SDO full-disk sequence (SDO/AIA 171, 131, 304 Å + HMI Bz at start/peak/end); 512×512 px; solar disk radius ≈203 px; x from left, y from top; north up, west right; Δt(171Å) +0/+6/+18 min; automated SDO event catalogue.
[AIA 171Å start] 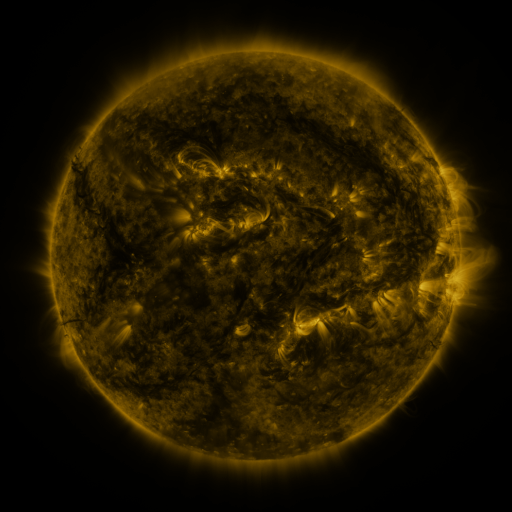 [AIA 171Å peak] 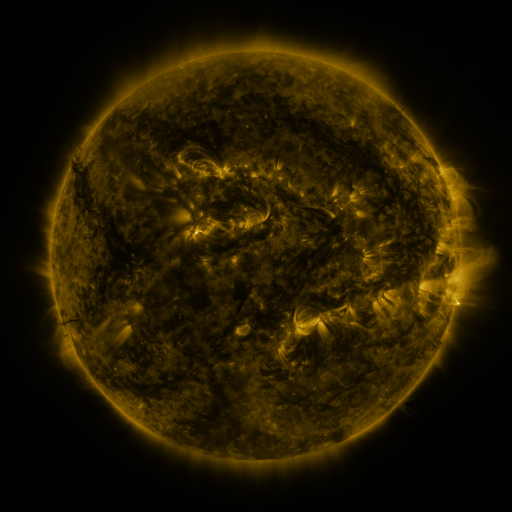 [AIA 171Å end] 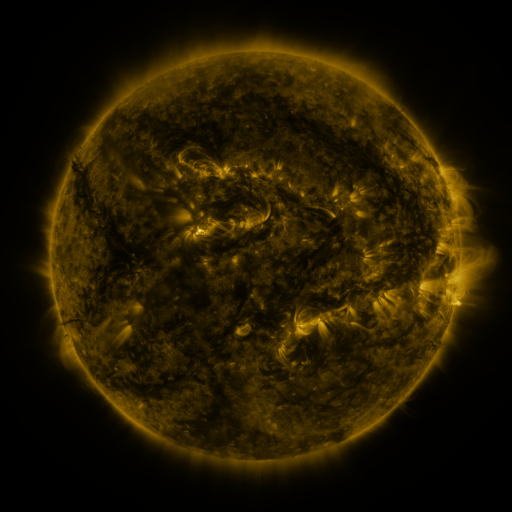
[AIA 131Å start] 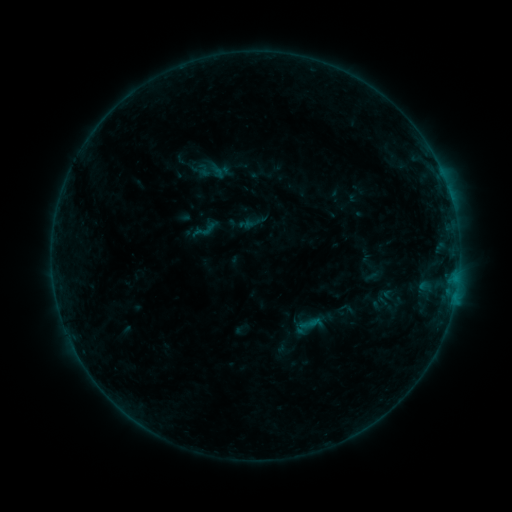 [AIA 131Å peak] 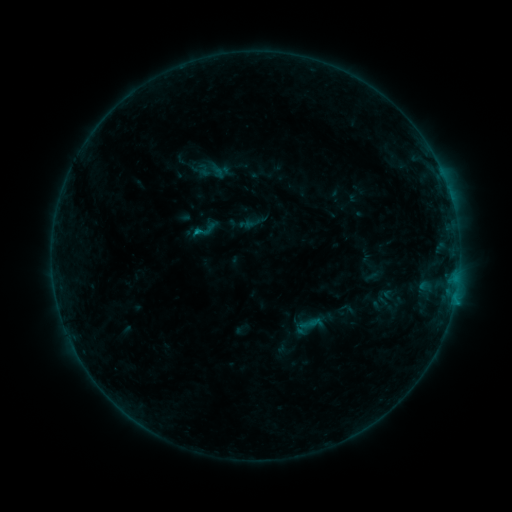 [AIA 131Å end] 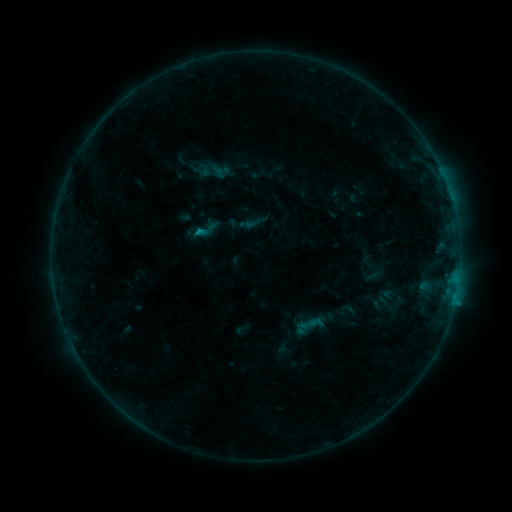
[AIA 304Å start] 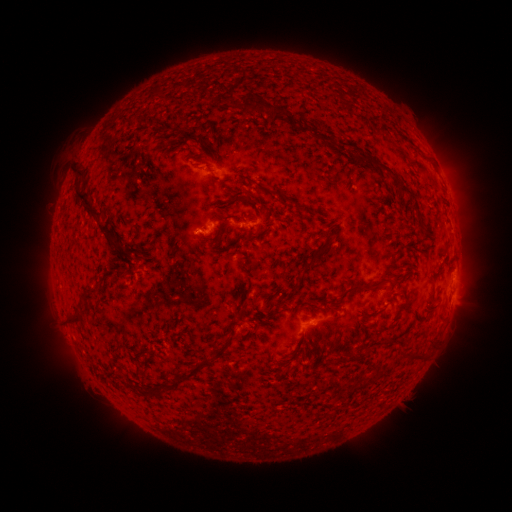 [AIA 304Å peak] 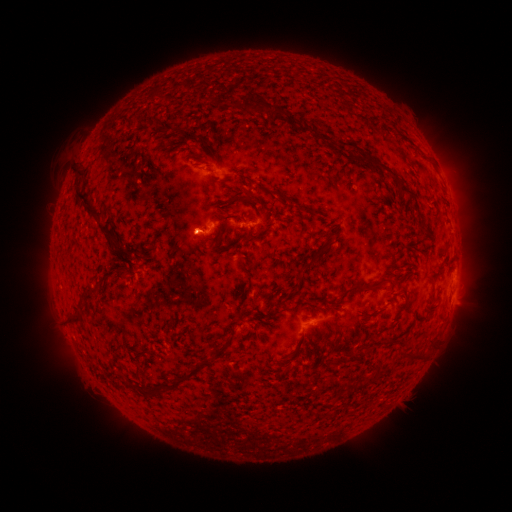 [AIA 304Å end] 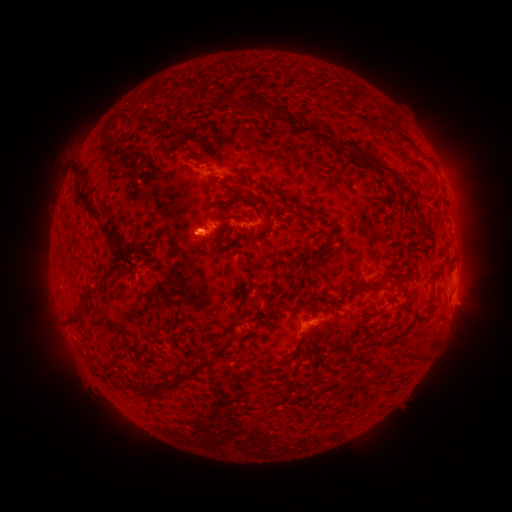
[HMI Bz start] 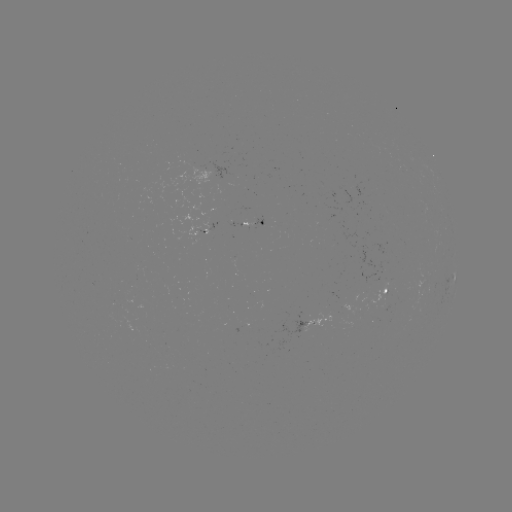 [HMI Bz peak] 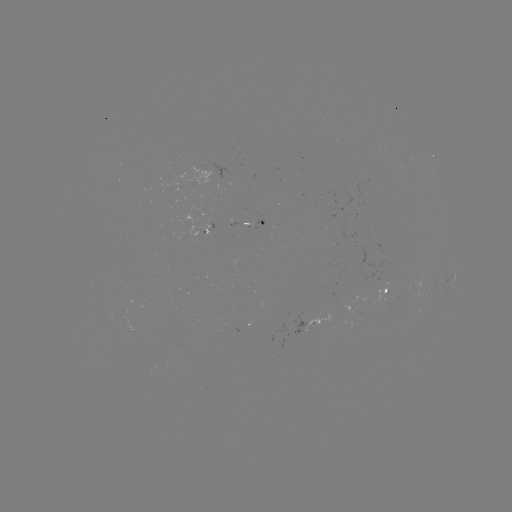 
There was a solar flare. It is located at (199, 235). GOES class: B5.4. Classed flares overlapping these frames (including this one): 1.